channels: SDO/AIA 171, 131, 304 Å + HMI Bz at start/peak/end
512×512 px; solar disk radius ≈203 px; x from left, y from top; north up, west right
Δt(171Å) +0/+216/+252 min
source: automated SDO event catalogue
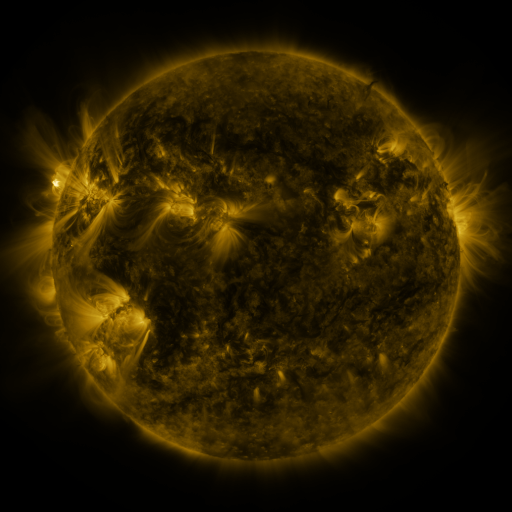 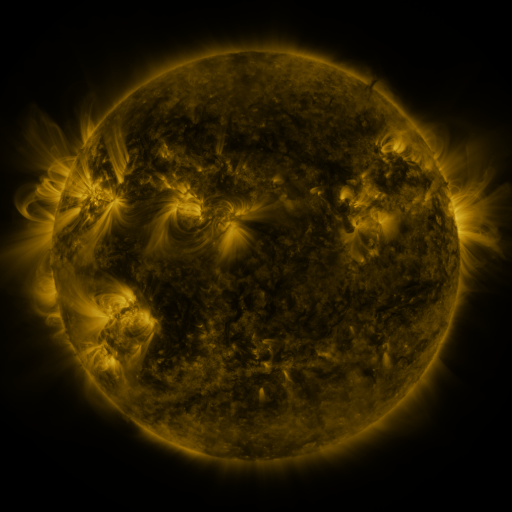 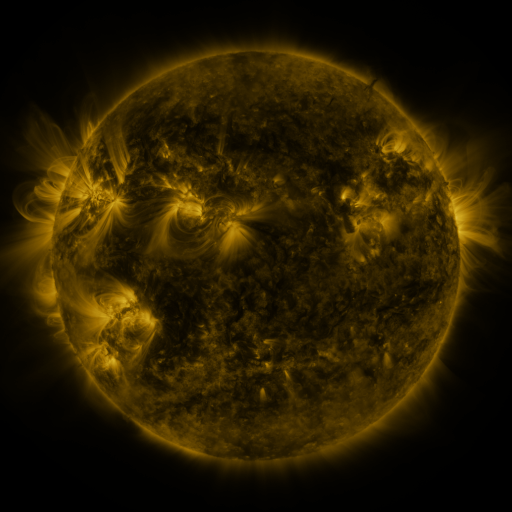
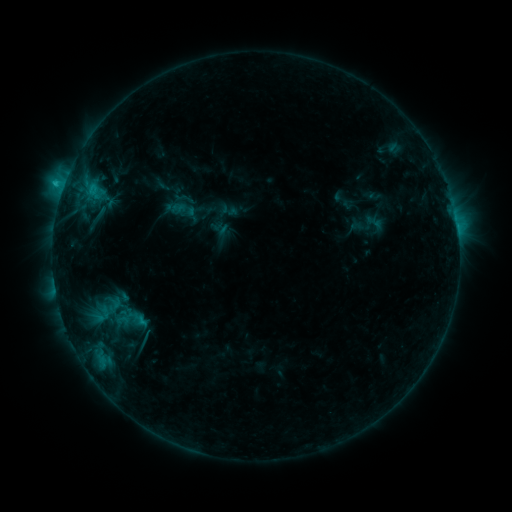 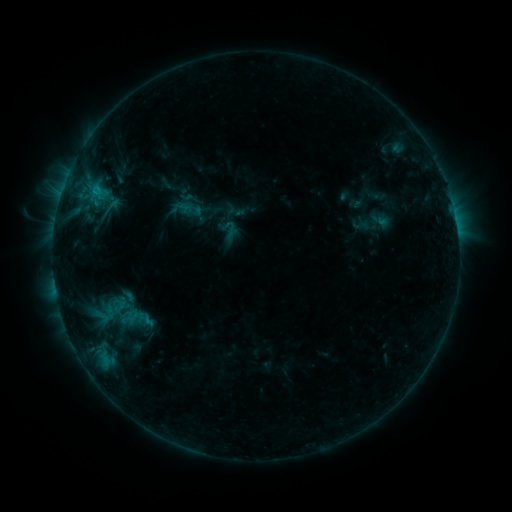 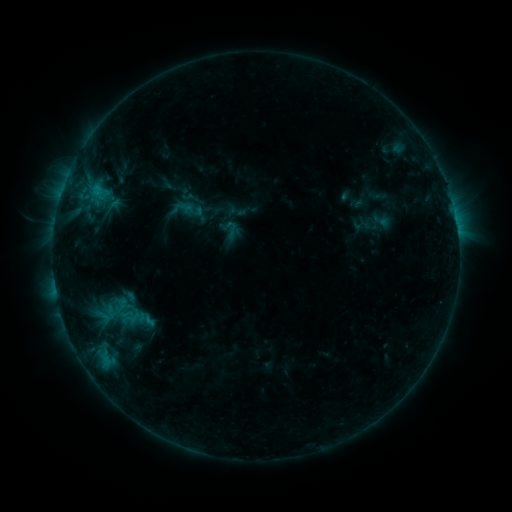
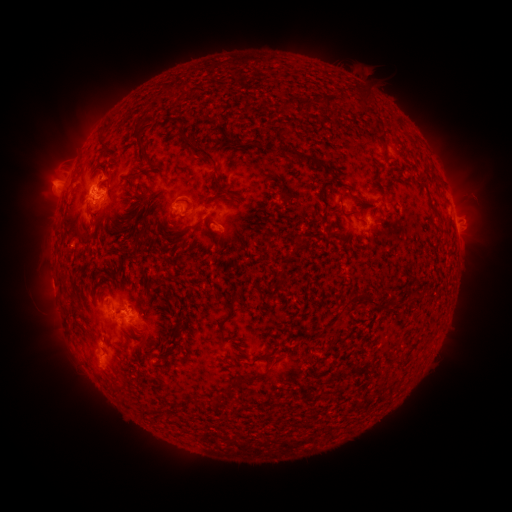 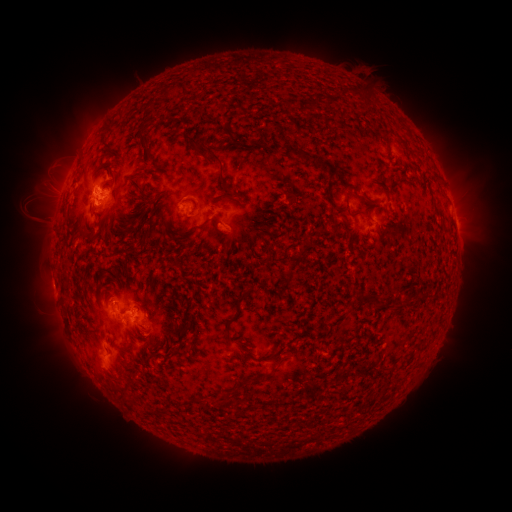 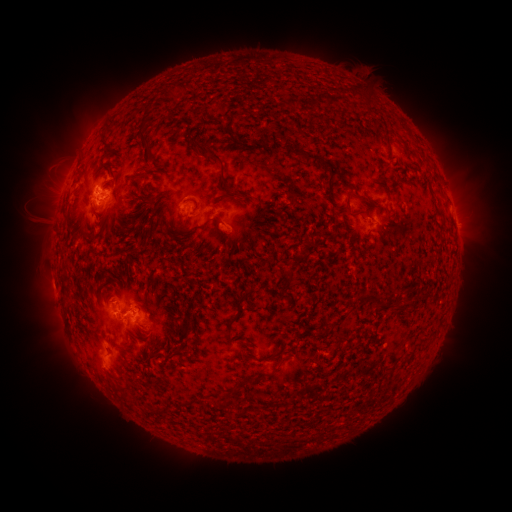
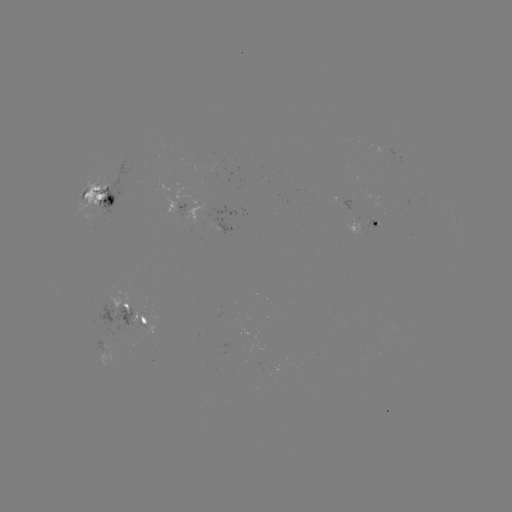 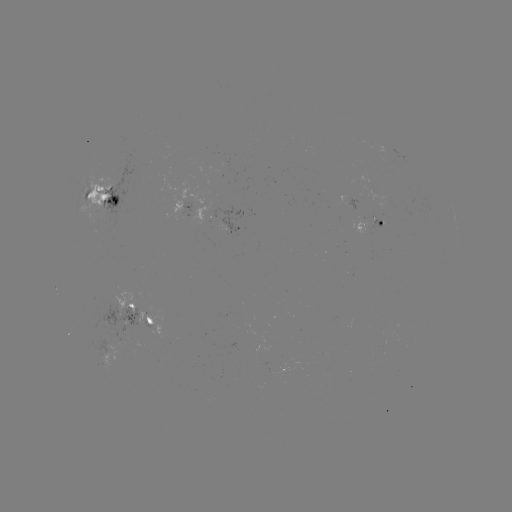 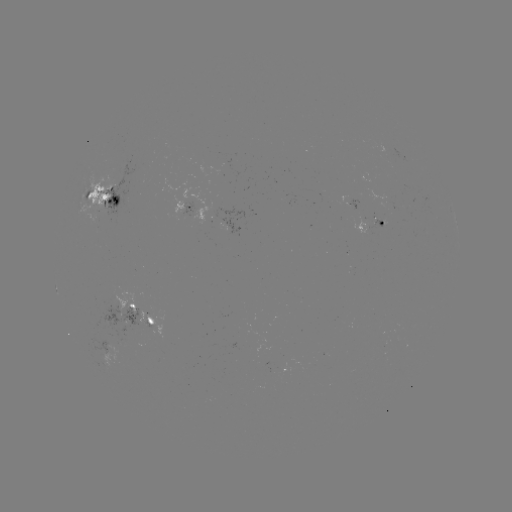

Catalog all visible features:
emerging-flux region: (146, 327)
